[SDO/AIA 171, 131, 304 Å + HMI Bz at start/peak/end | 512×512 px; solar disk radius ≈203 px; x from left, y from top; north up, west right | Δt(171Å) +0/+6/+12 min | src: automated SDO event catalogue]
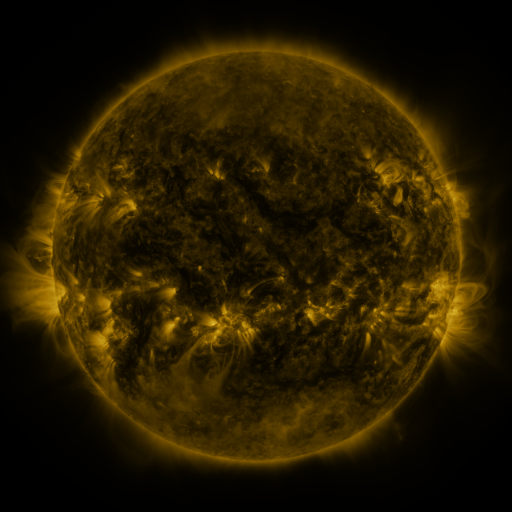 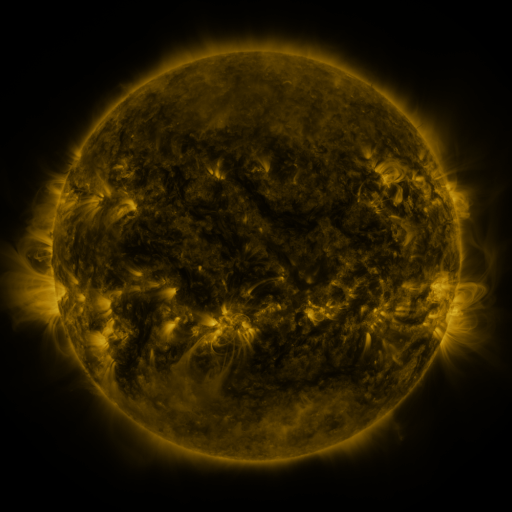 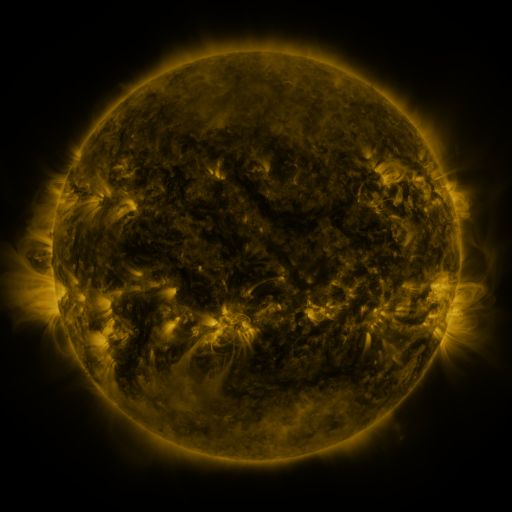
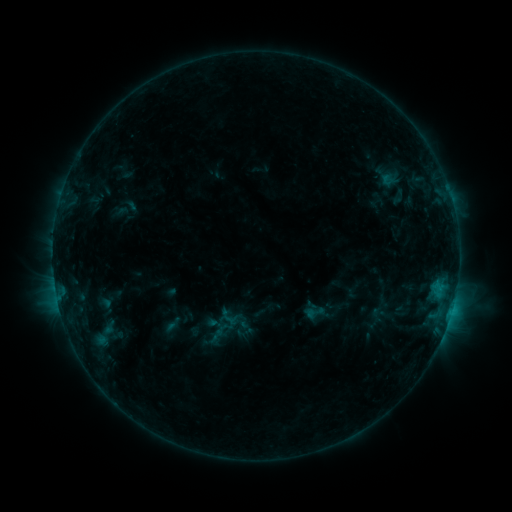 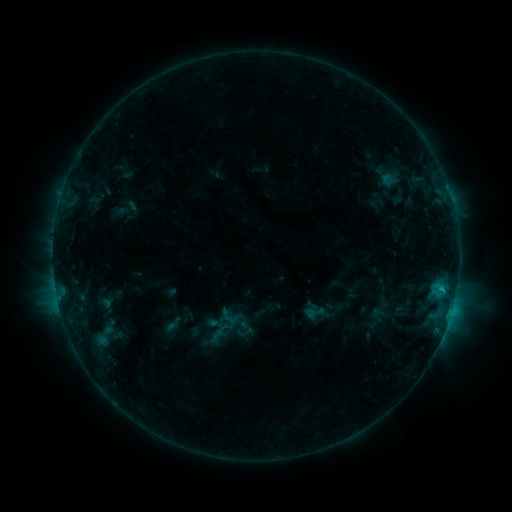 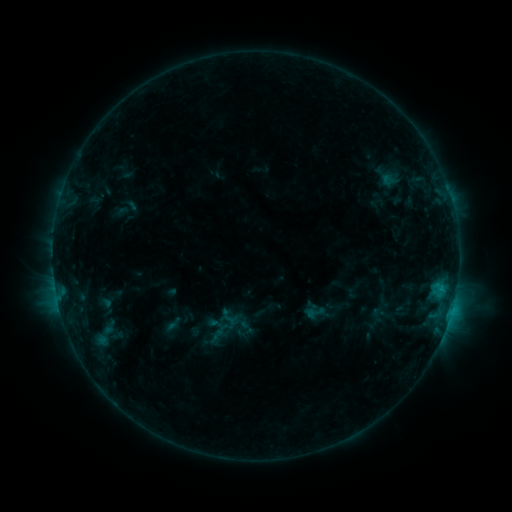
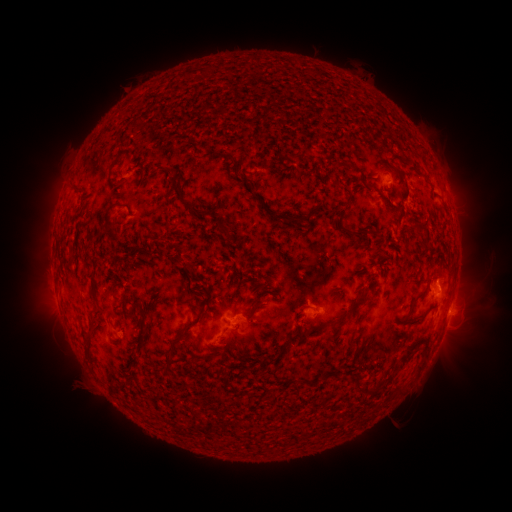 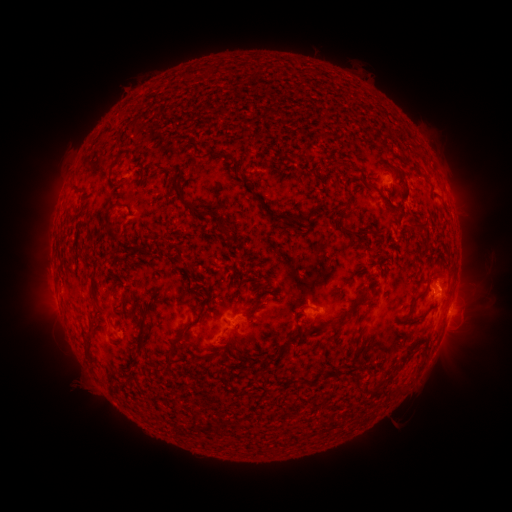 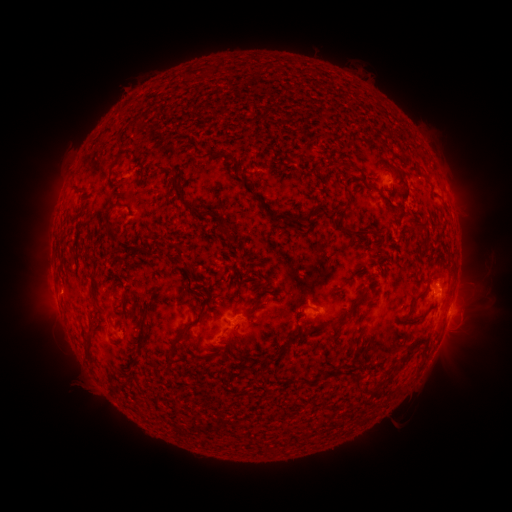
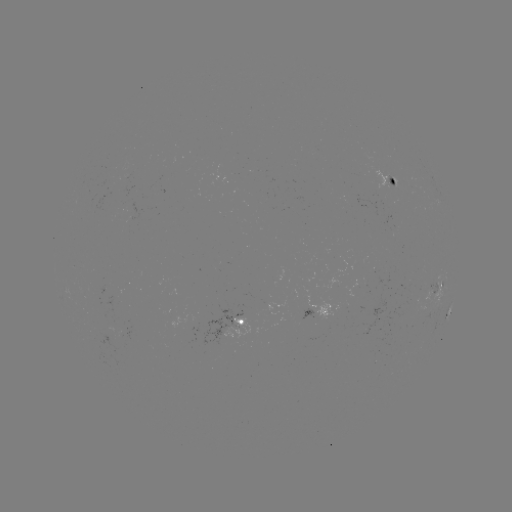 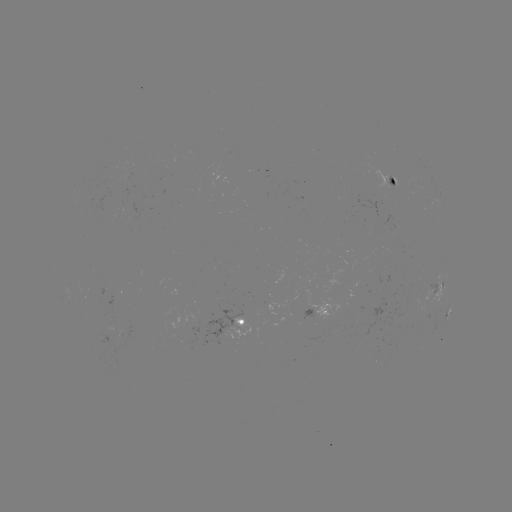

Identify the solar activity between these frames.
C1.0 flare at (441, 288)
